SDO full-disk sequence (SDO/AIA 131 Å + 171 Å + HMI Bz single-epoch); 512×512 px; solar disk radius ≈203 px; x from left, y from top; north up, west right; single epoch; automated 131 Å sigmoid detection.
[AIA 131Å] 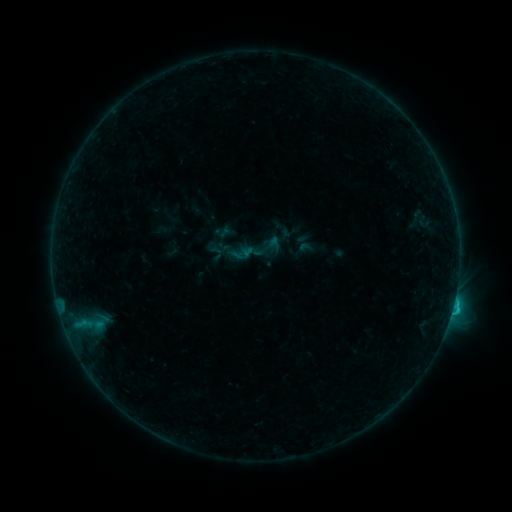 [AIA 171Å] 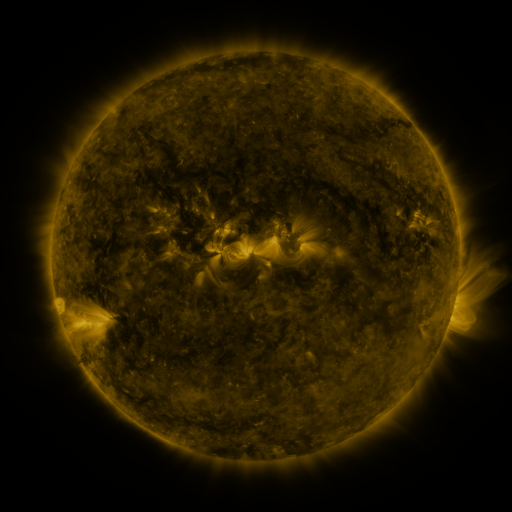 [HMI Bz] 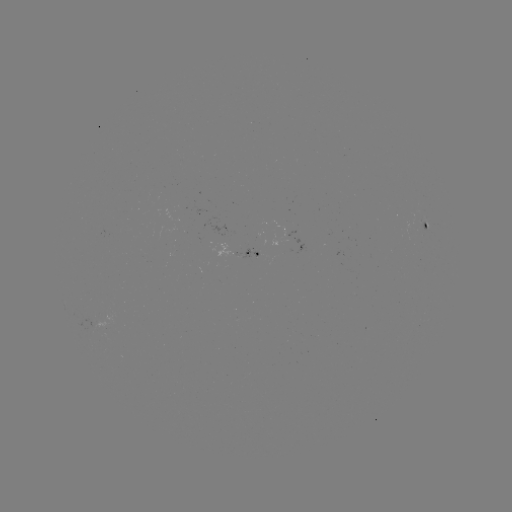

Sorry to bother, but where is sigmoid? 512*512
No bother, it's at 268,247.